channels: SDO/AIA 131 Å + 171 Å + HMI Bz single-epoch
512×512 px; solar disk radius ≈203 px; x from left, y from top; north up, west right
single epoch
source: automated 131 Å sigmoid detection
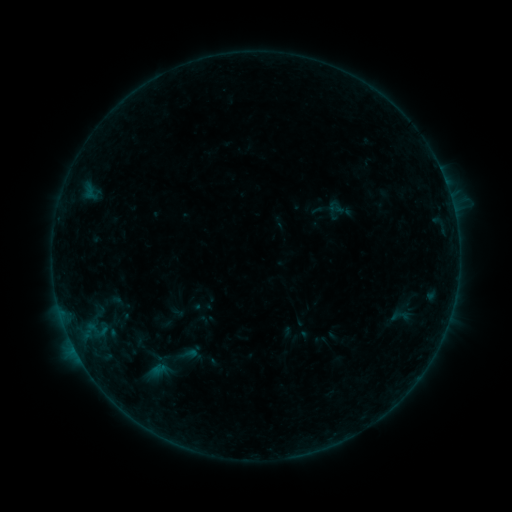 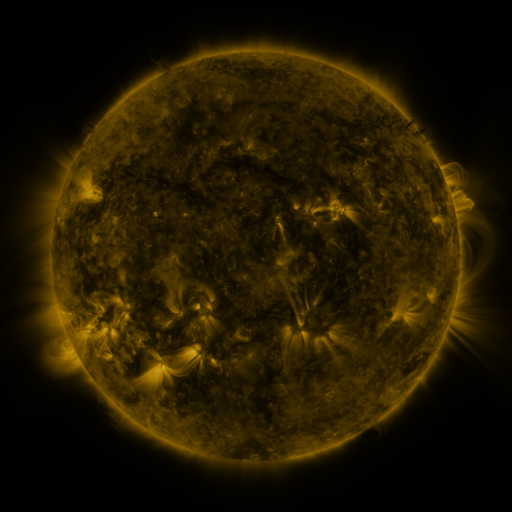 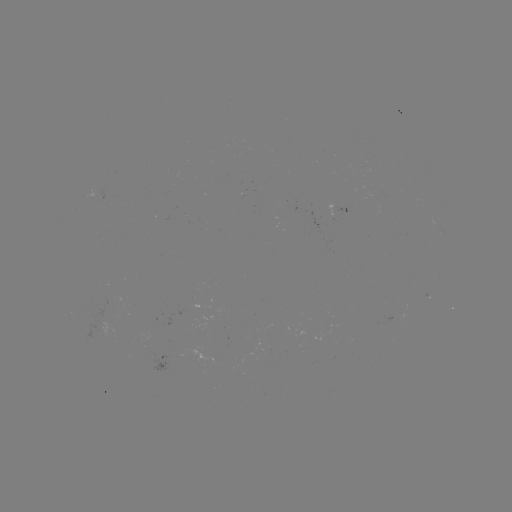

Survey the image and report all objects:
sigmoid: (402, 316)
